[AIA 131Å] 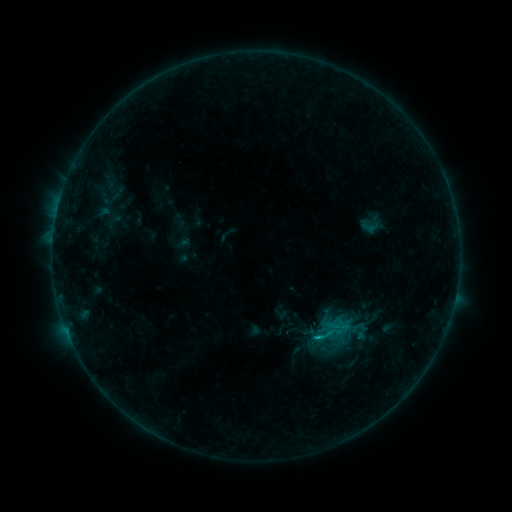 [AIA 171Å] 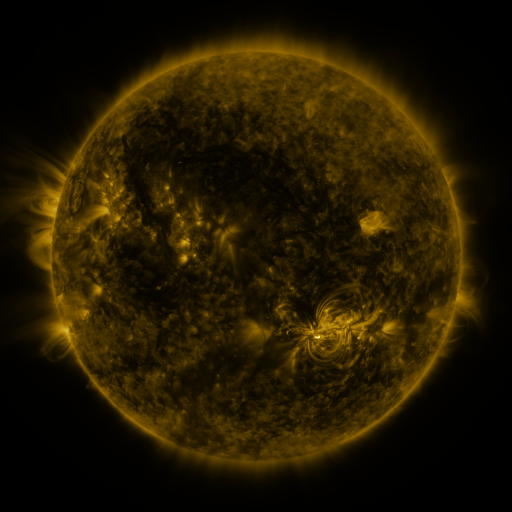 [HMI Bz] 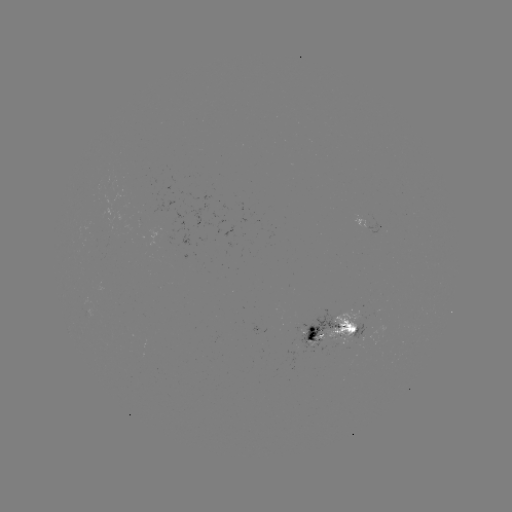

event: sigmoid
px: (328, 334)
